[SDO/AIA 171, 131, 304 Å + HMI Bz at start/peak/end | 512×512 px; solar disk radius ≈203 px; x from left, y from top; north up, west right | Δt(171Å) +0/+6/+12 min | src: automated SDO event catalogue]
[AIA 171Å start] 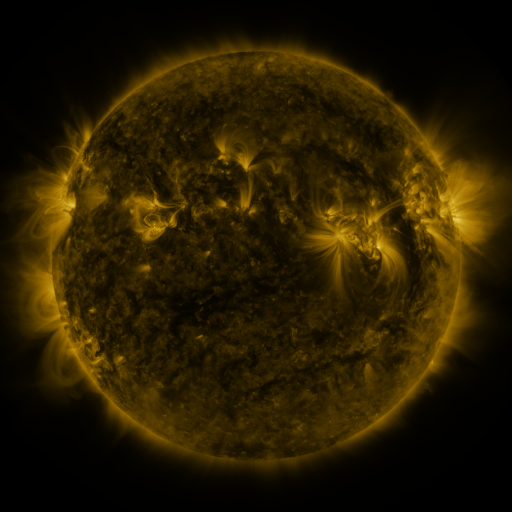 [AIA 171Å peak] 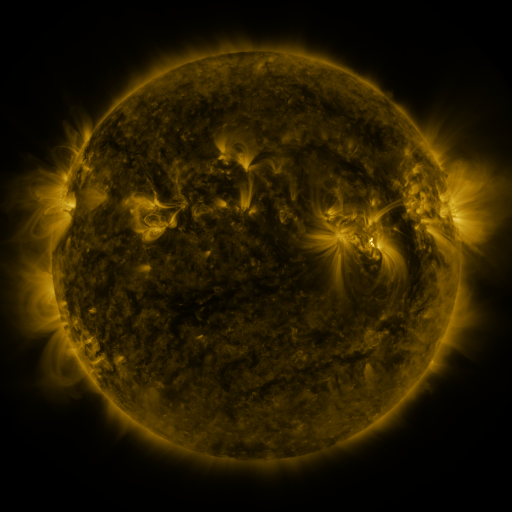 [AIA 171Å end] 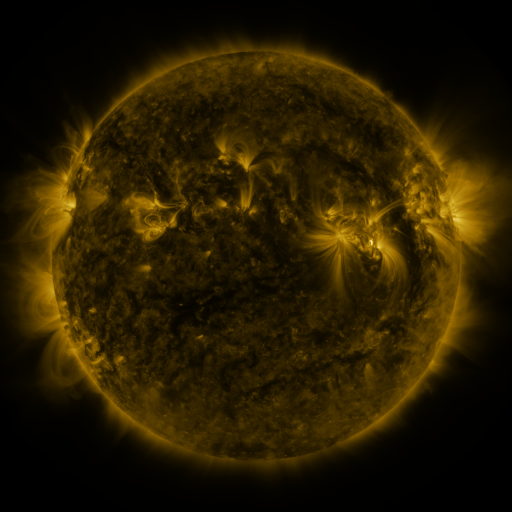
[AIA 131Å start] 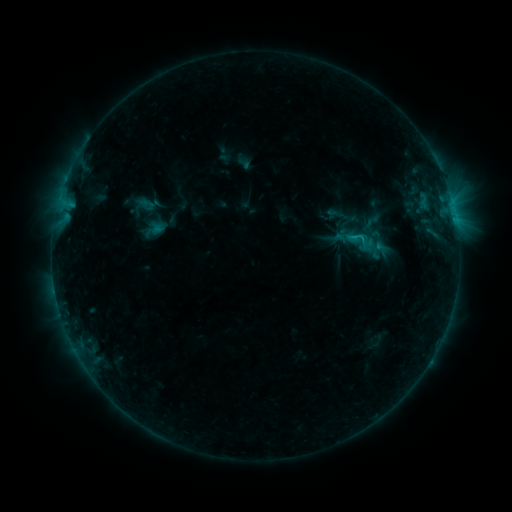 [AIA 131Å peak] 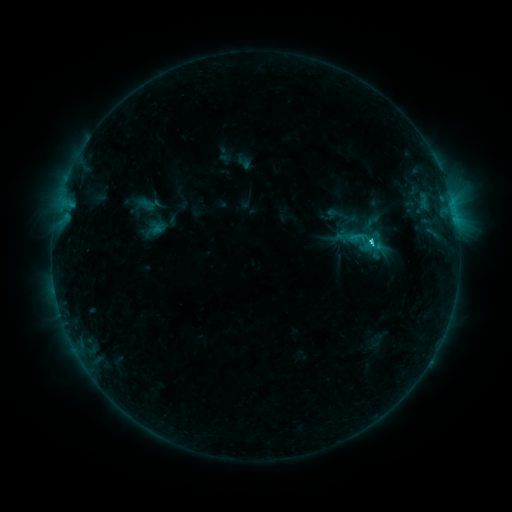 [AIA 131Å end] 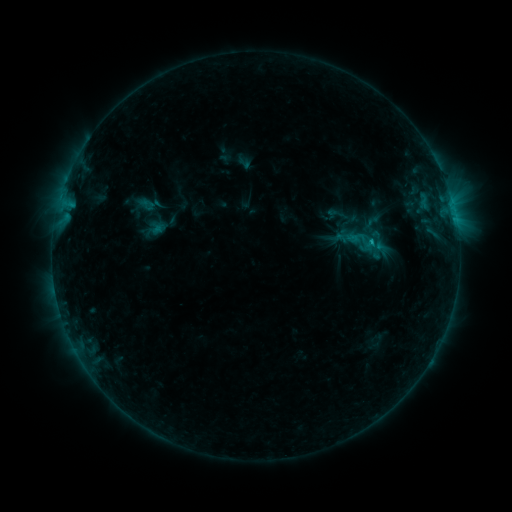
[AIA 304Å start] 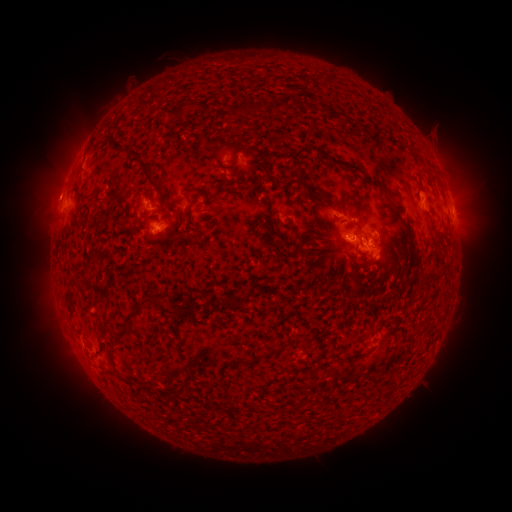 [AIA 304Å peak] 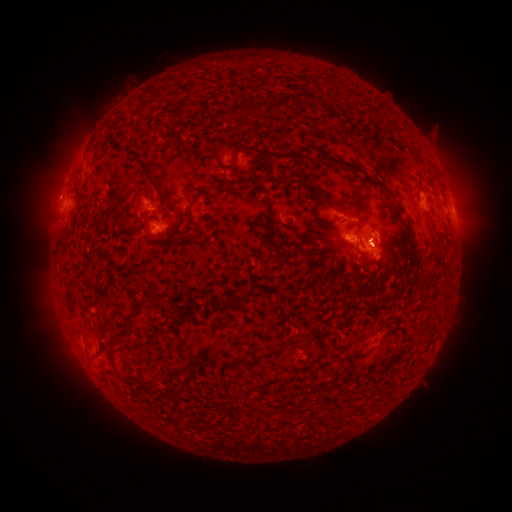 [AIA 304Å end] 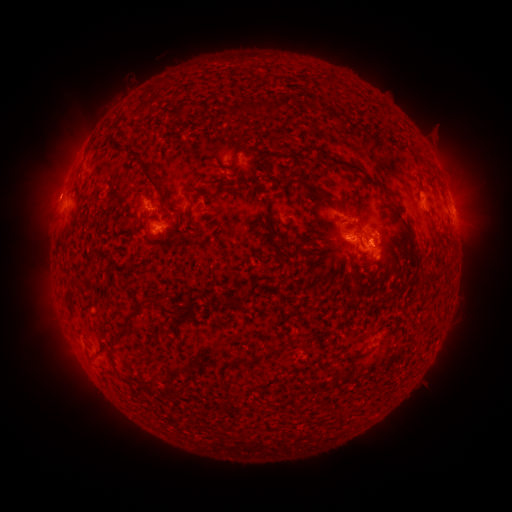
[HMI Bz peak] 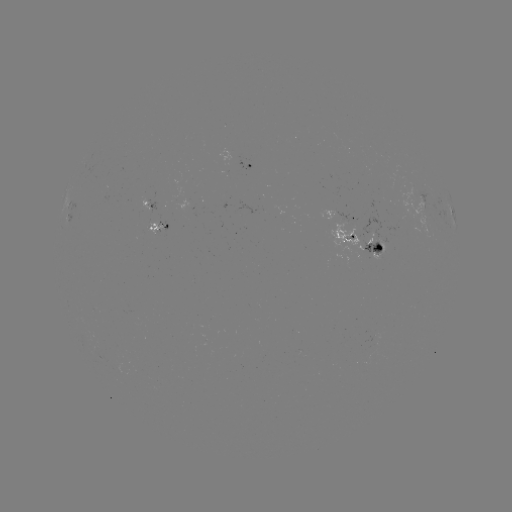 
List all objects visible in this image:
C1.9 flare: (369, 244)
